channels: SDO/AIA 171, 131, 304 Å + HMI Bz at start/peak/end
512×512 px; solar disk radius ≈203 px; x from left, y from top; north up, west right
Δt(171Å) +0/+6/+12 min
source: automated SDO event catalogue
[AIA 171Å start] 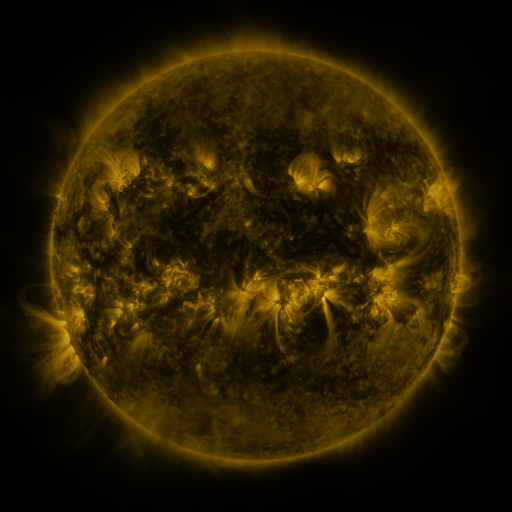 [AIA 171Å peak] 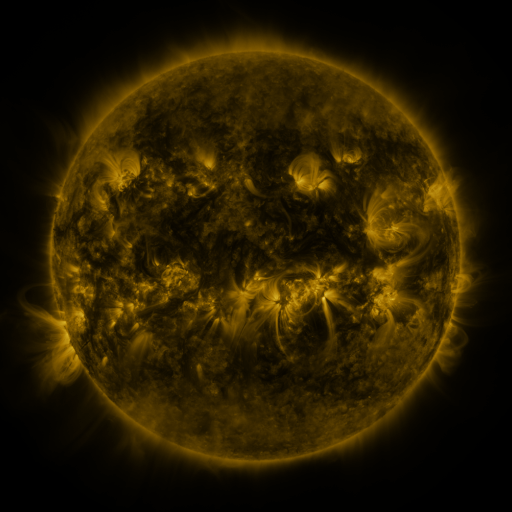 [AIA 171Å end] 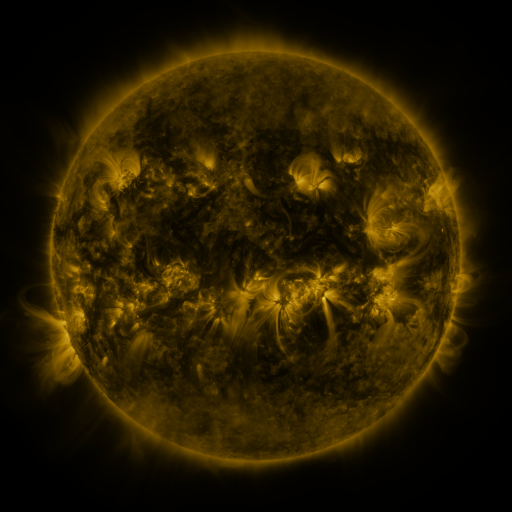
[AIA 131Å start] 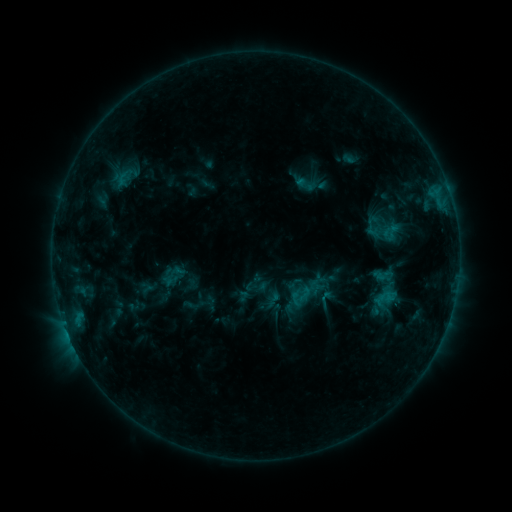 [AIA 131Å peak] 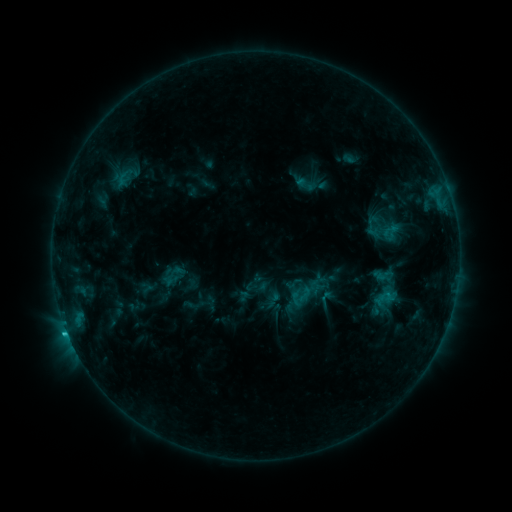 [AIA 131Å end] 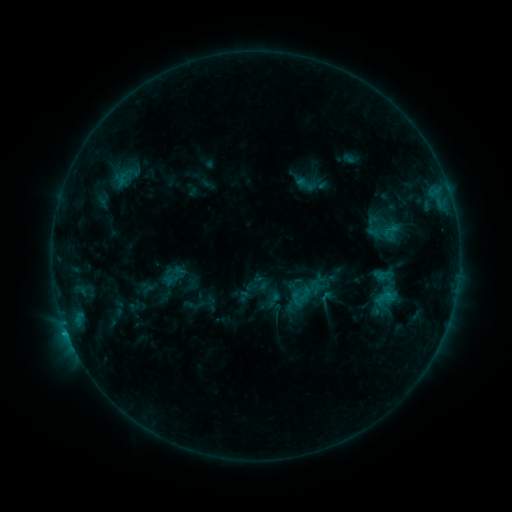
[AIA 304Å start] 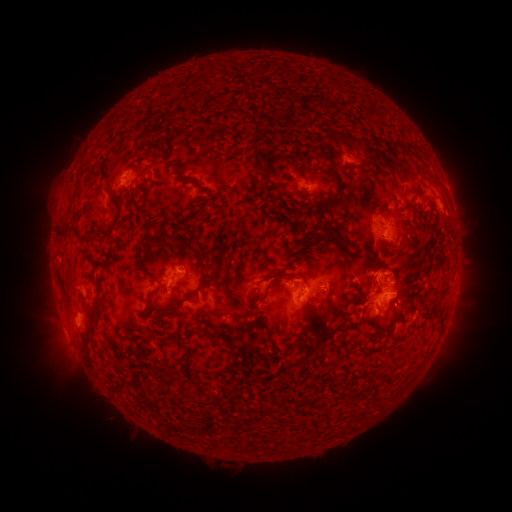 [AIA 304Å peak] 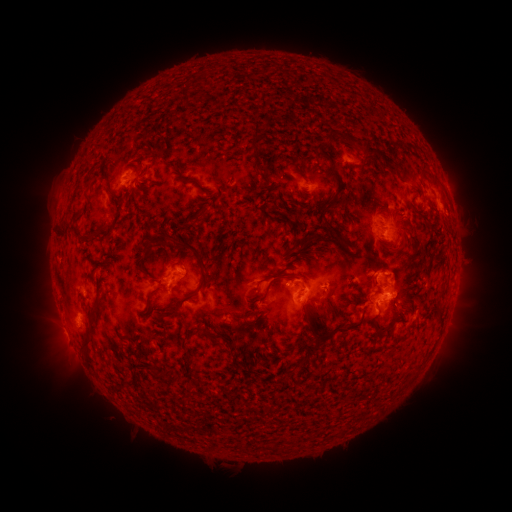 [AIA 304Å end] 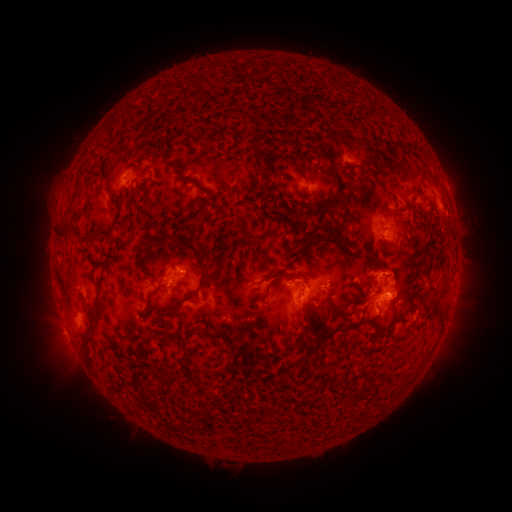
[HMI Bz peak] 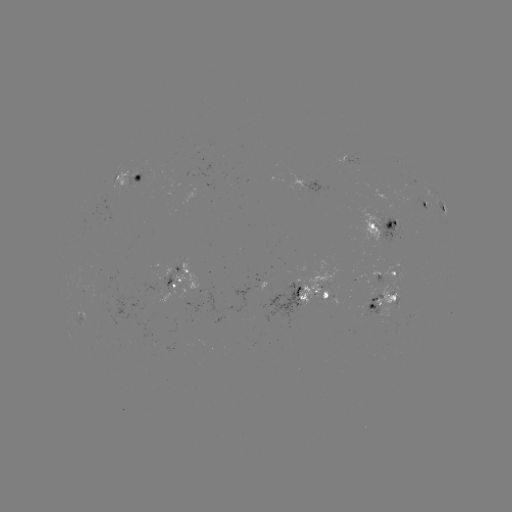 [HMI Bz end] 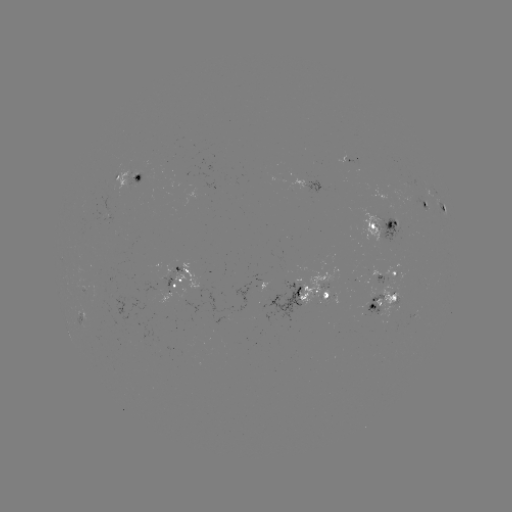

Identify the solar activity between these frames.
C1.1 flare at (67, 331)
